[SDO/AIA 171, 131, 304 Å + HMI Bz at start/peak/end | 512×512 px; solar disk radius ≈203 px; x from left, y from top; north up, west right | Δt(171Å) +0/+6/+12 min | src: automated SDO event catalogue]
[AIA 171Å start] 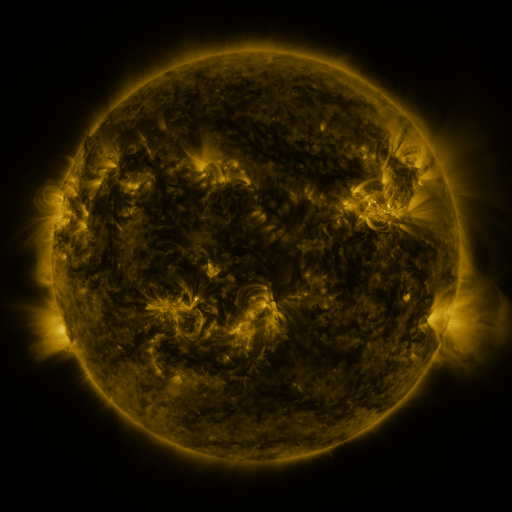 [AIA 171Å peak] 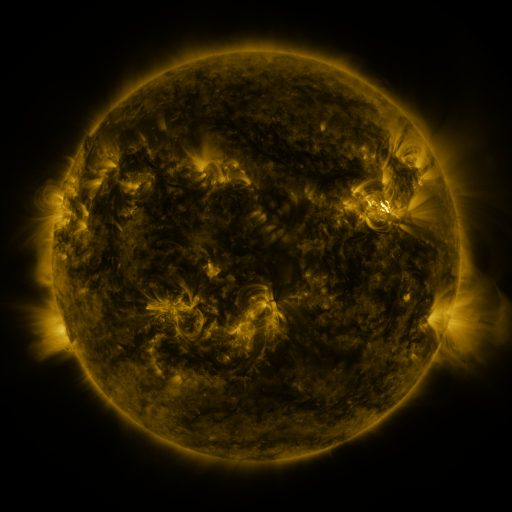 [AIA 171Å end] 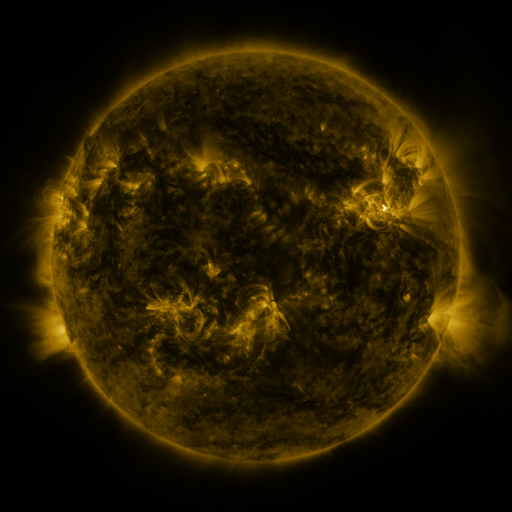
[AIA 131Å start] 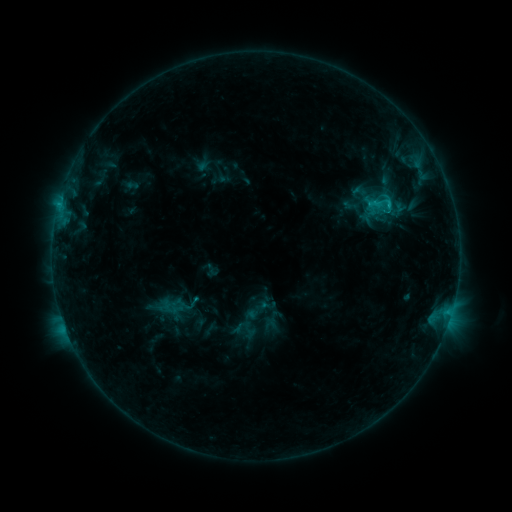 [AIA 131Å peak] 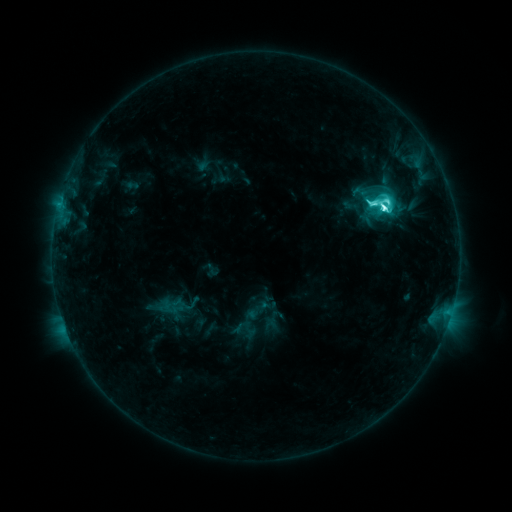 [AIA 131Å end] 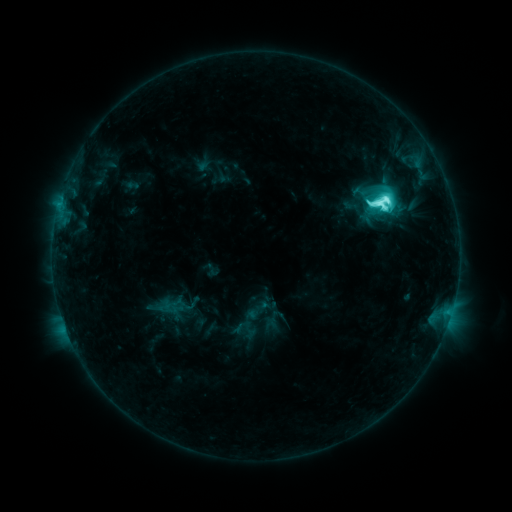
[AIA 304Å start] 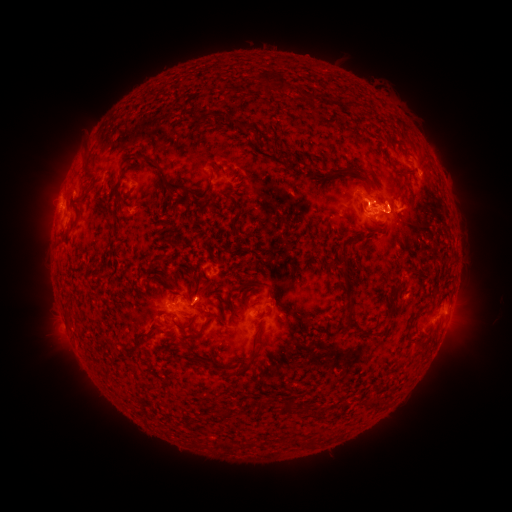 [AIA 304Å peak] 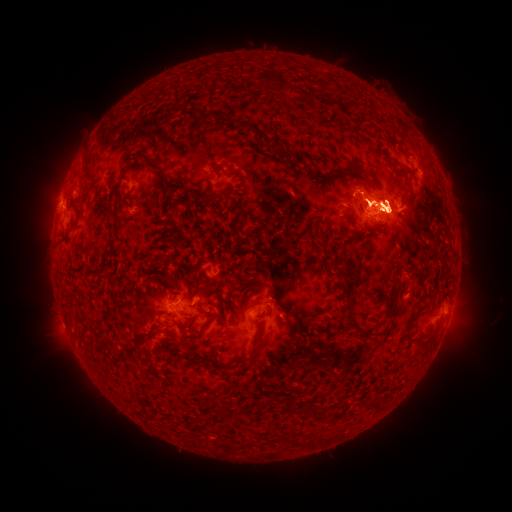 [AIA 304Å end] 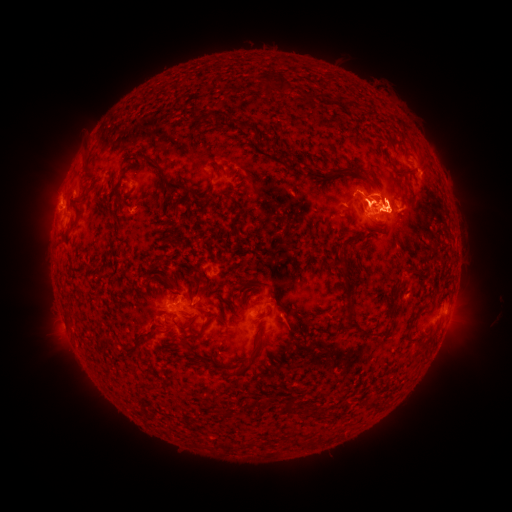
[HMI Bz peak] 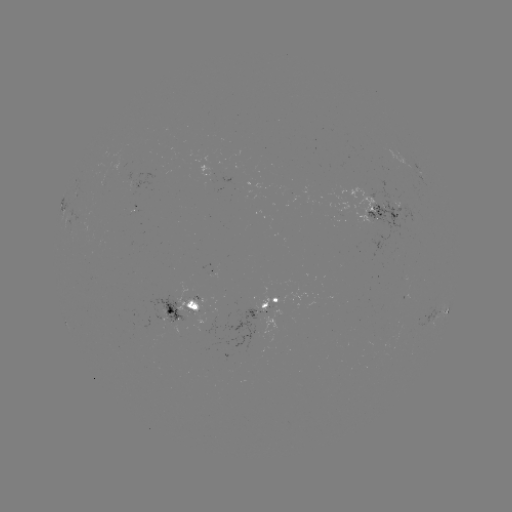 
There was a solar eruption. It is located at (456, 328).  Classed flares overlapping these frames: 2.